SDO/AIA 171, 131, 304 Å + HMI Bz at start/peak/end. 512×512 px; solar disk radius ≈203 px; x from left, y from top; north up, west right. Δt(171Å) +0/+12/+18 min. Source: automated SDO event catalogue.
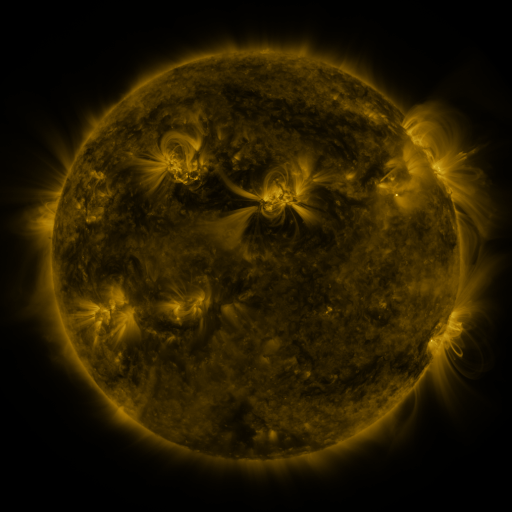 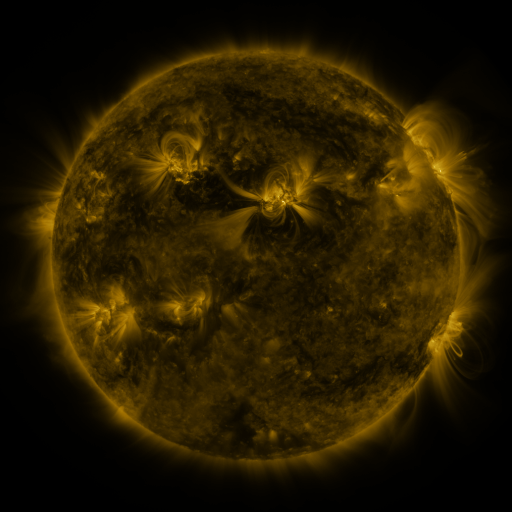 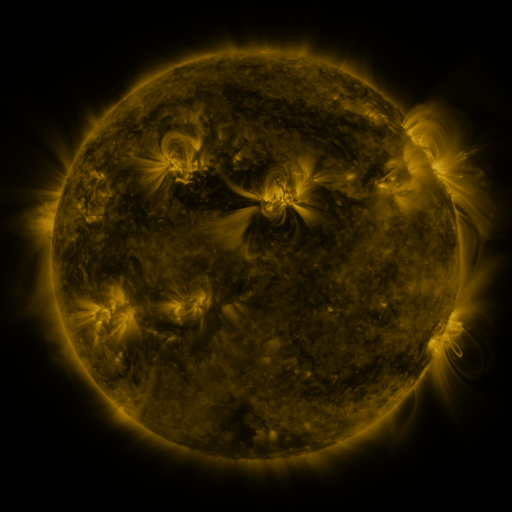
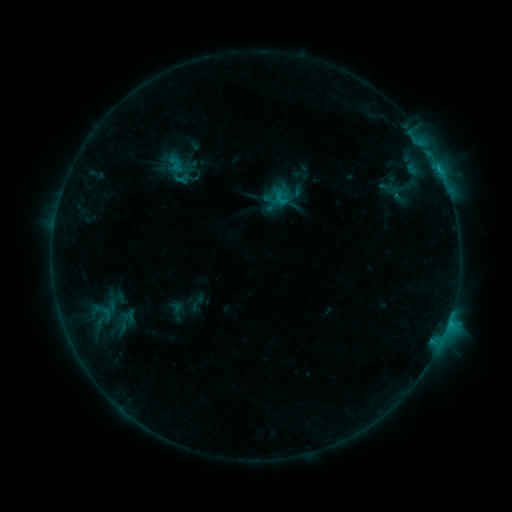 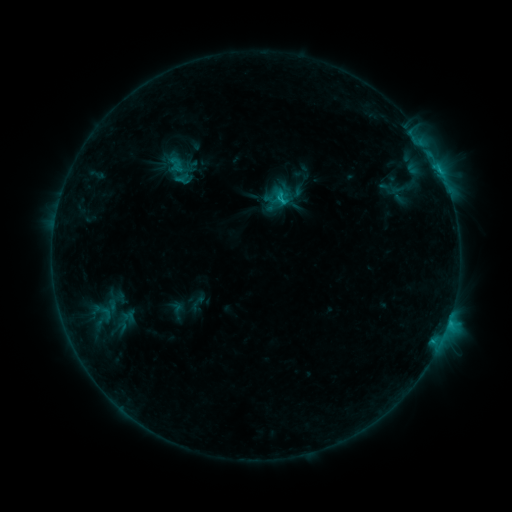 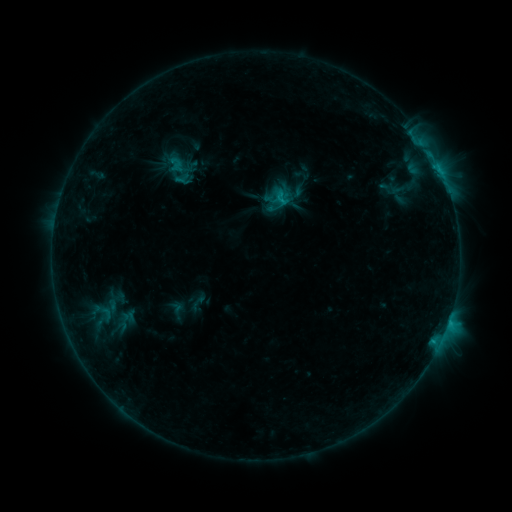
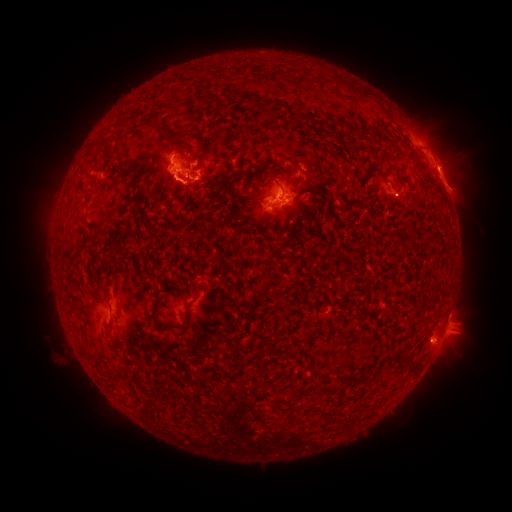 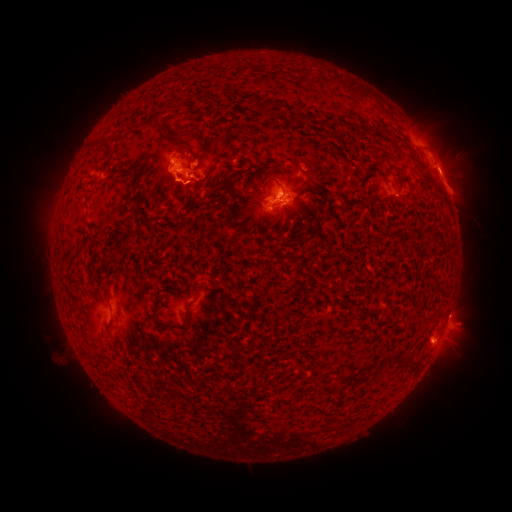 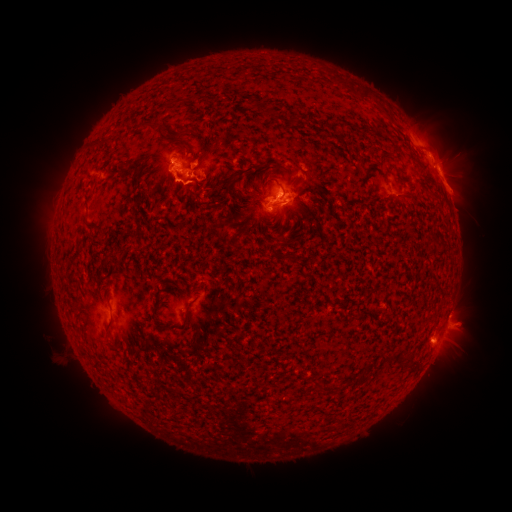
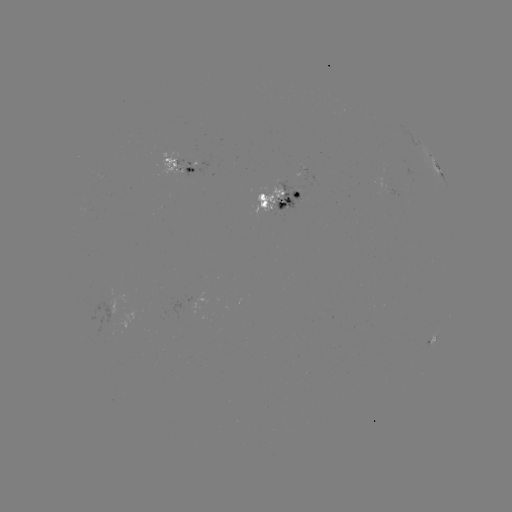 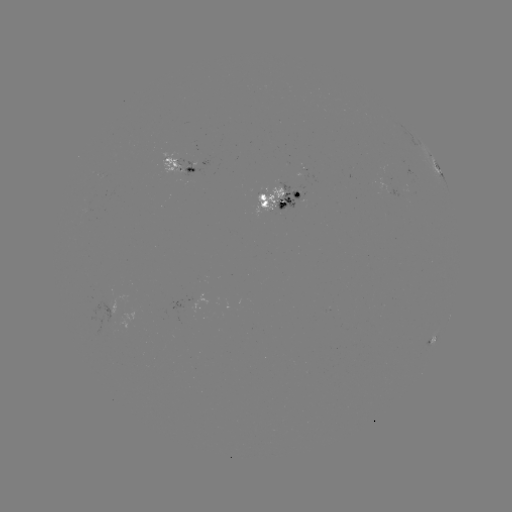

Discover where eruption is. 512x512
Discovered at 461,188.